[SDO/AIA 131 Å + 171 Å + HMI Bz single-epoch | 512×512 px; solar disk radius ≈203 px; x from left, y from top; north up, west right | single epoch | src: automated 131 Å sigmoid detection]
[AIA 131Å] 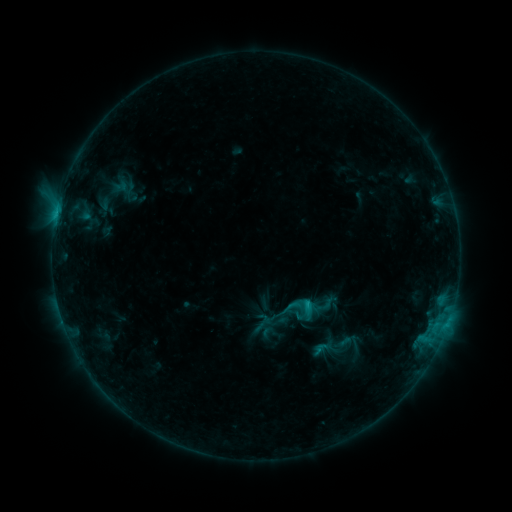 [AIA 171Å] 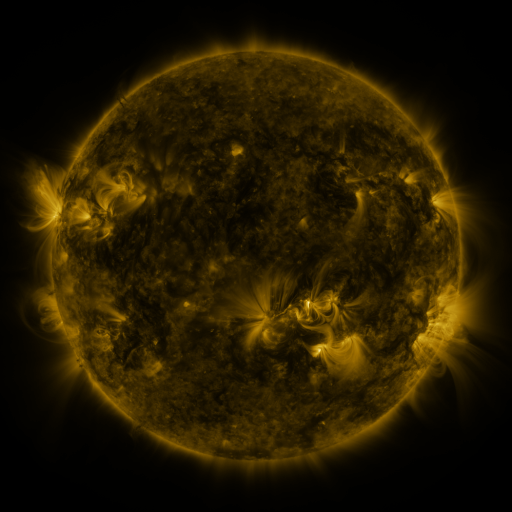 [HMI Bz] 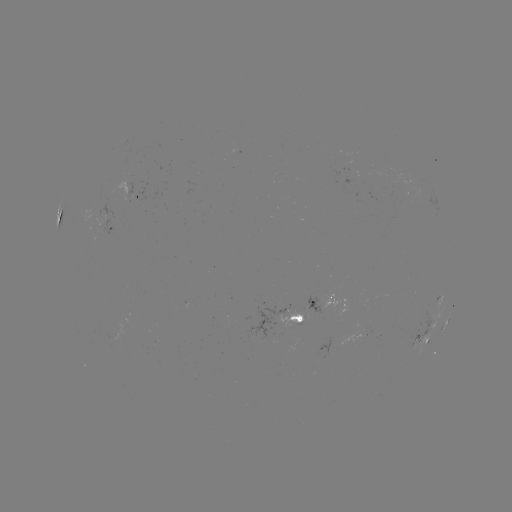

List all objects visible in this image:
sigmoid: [282, 294, 304, 317]
